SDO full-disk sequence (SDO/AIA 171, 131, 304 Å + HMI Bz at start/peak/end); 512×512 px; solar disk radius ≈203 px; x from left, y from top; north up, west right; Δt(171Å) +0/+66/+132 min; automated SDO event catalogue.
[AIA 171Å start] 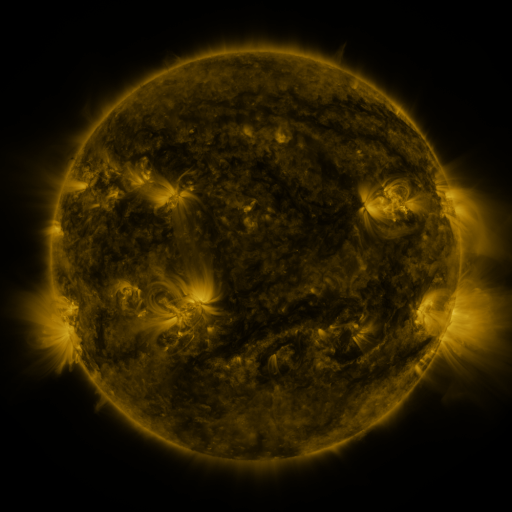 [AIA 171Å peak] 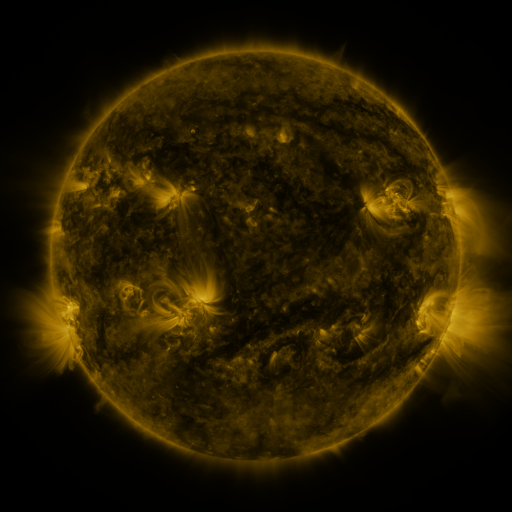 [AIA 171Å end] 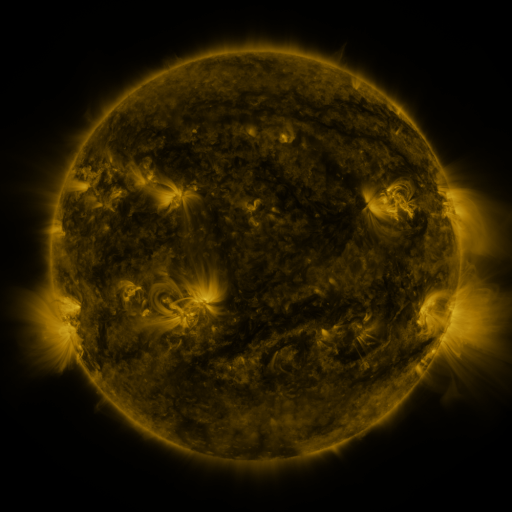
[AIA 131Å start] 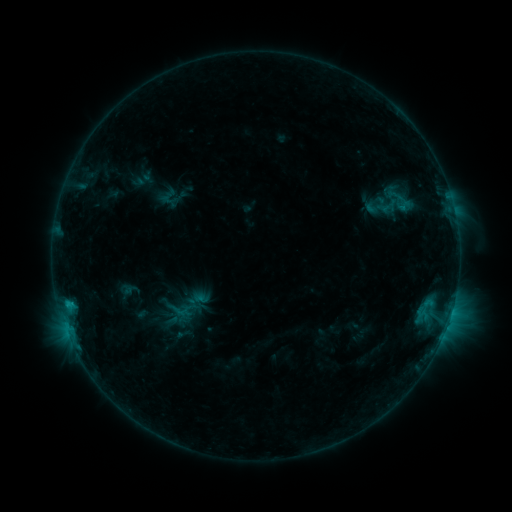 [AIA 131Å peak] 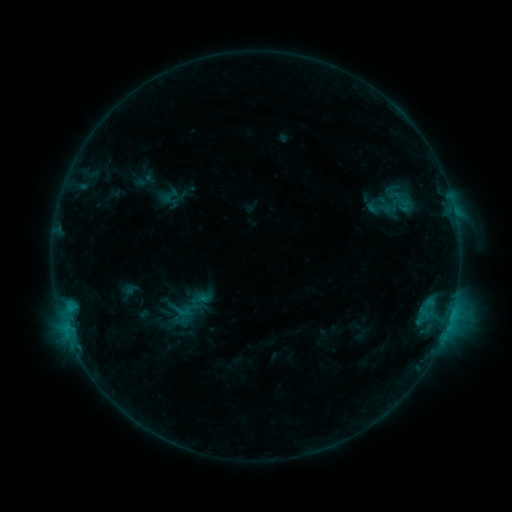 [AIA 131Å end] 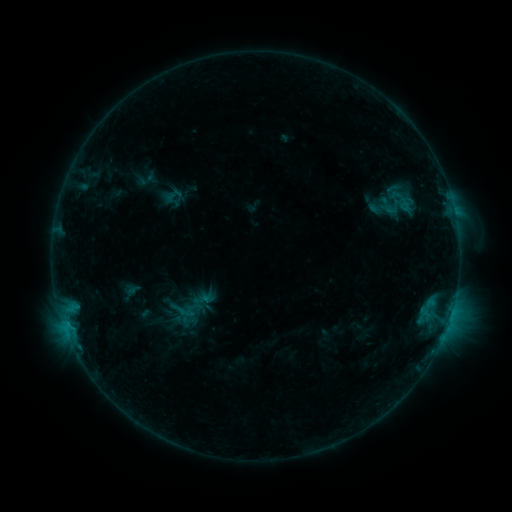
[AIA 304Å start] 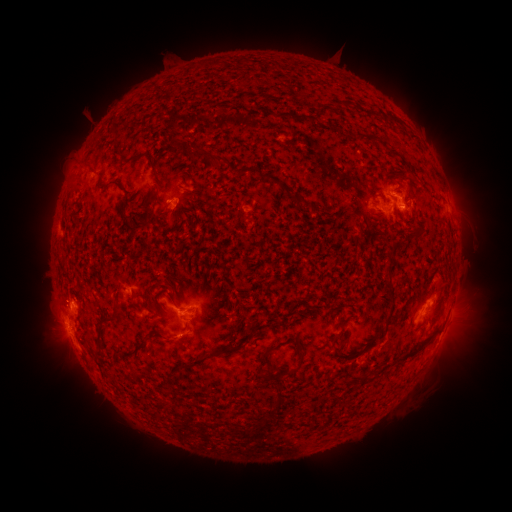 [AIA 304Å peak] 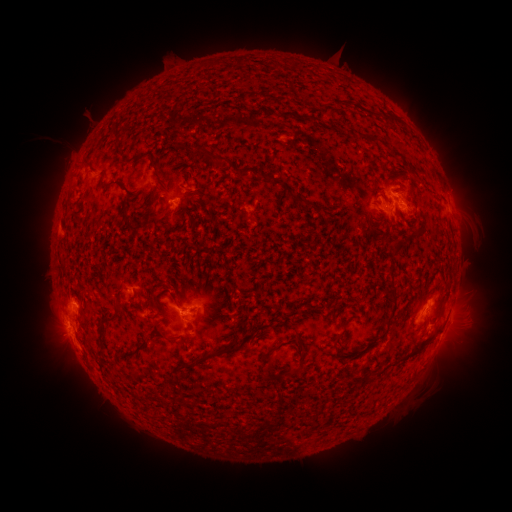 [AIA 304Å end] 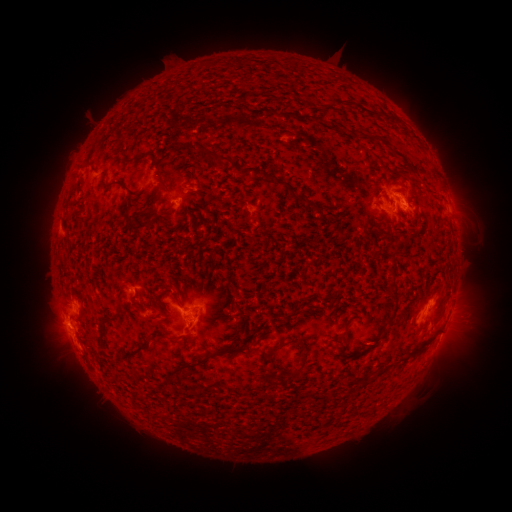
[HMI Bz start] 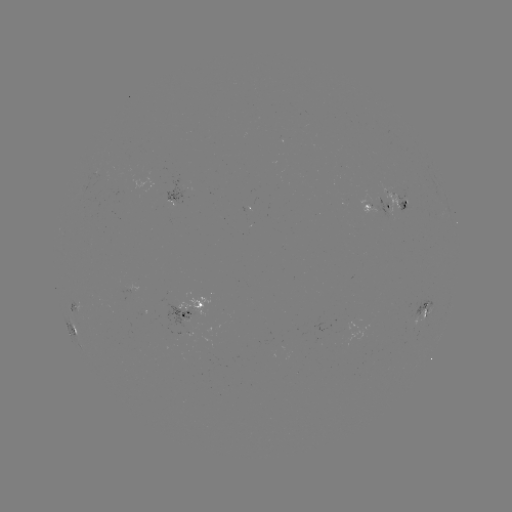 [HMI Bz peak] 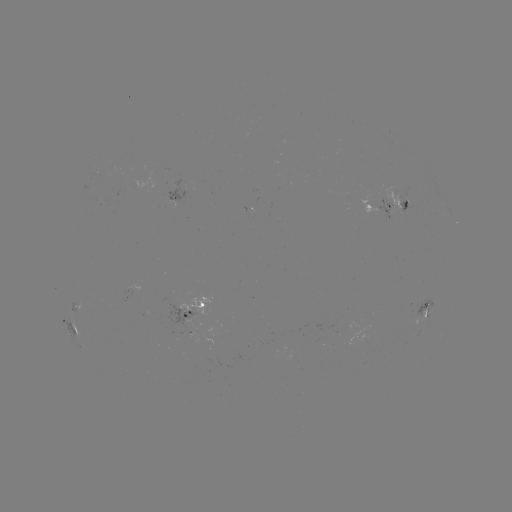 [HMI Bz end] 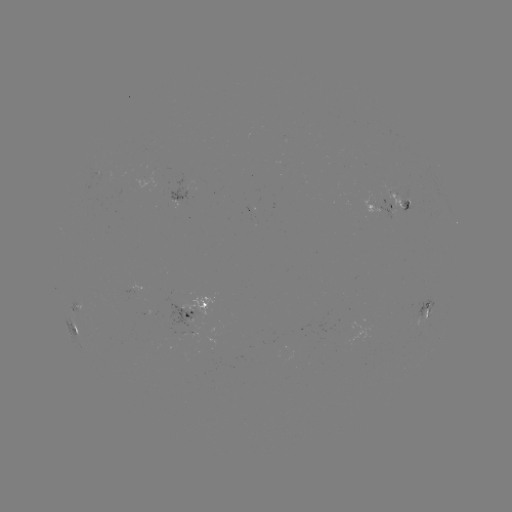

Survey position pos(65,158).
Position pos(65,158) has filament eruption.